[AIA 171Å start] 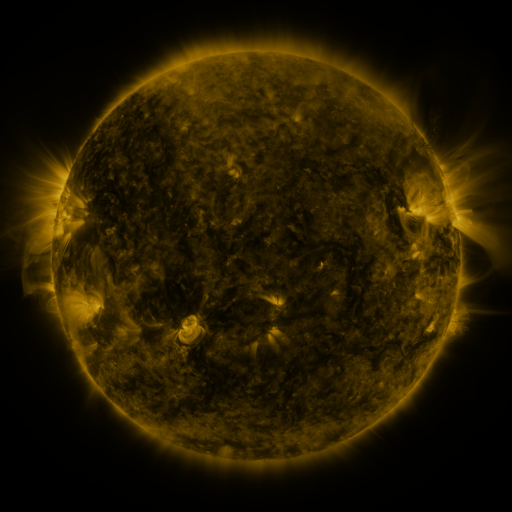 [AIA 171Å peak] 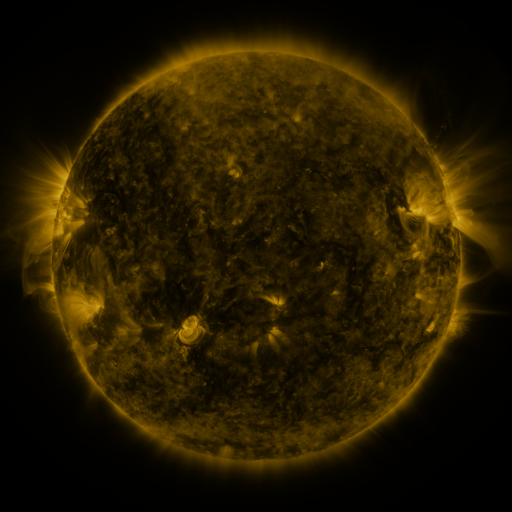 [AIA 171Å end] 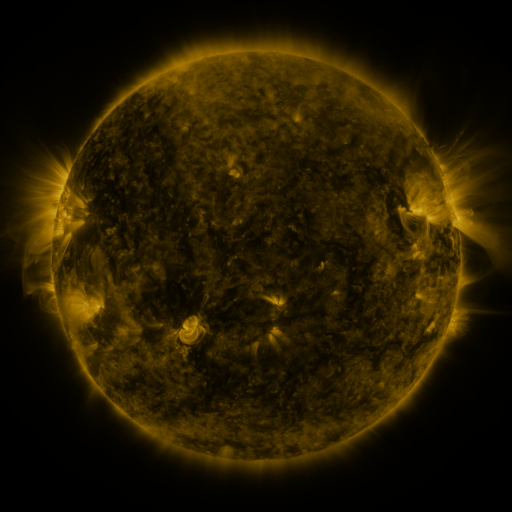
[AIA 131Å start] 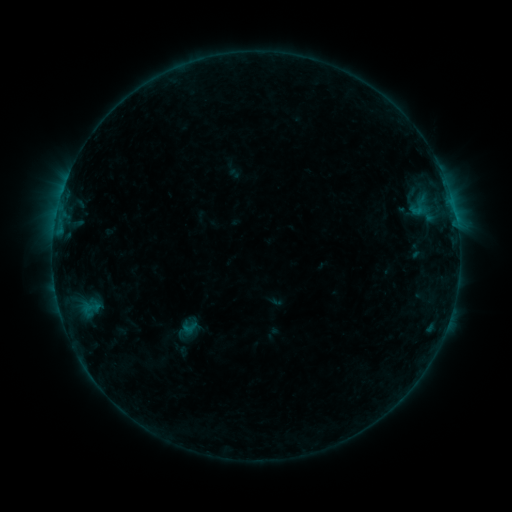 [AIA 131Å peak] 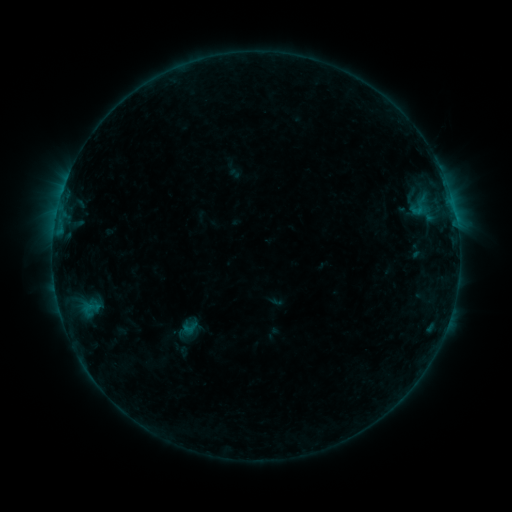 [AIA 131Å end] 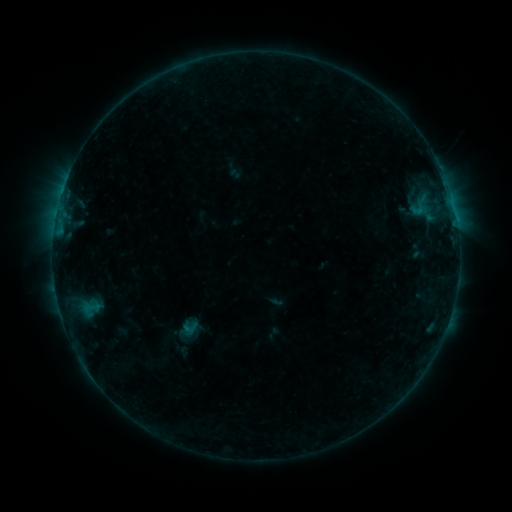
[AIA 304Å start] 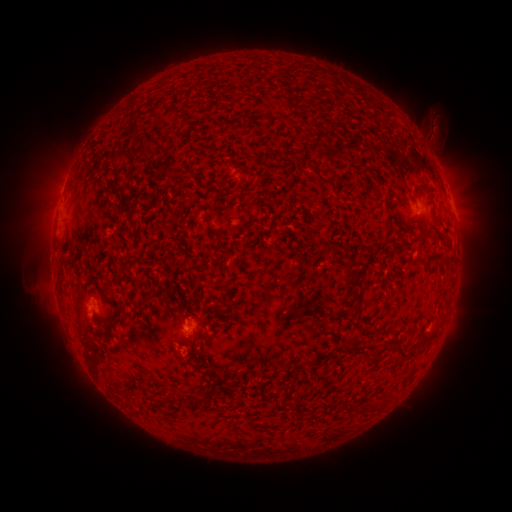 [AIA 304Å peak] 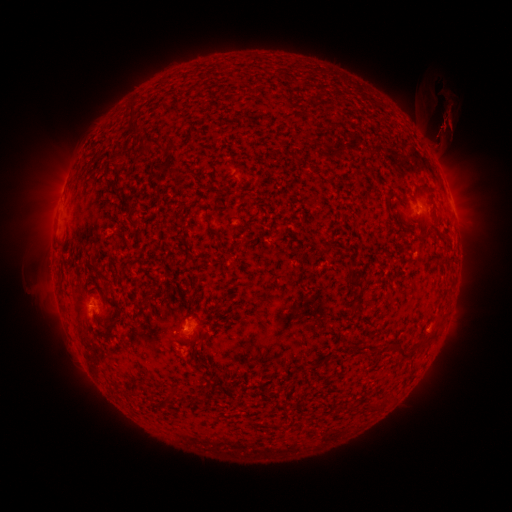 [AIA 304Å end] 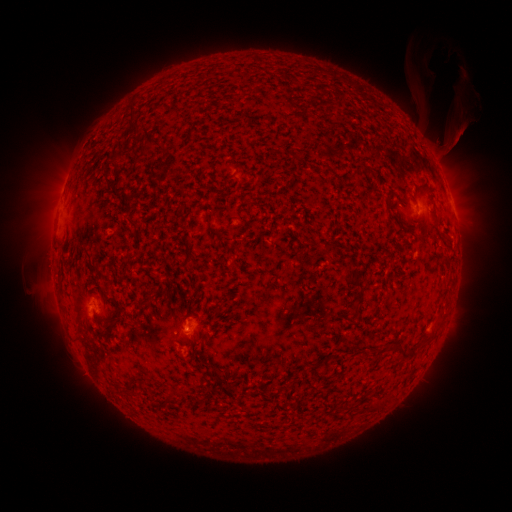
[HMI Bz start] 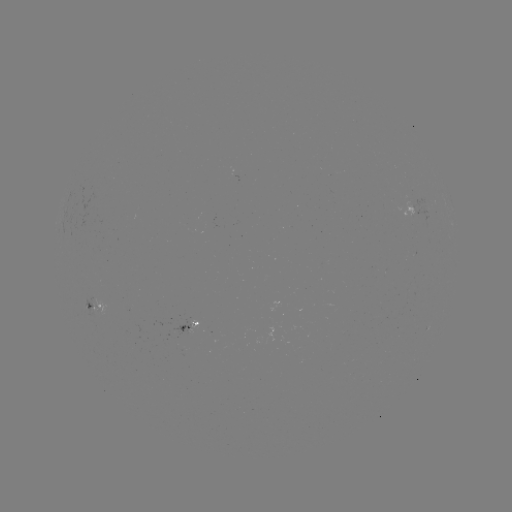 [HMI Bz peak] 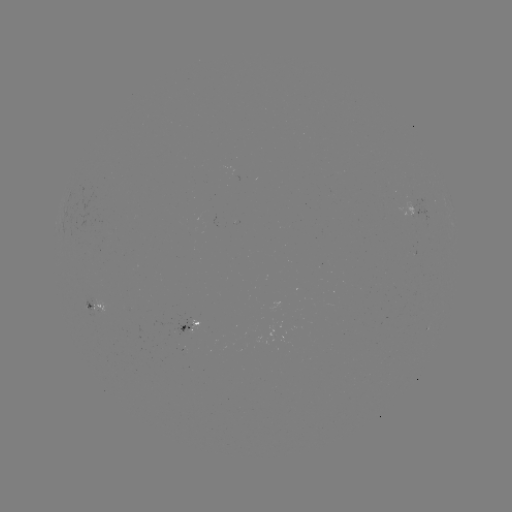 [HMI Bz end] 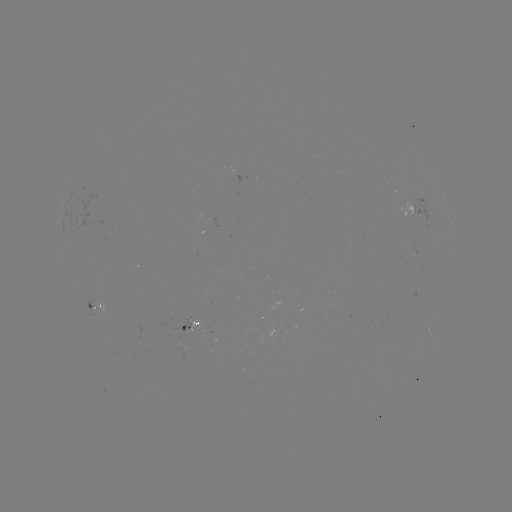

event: eruption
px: (443, 130)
